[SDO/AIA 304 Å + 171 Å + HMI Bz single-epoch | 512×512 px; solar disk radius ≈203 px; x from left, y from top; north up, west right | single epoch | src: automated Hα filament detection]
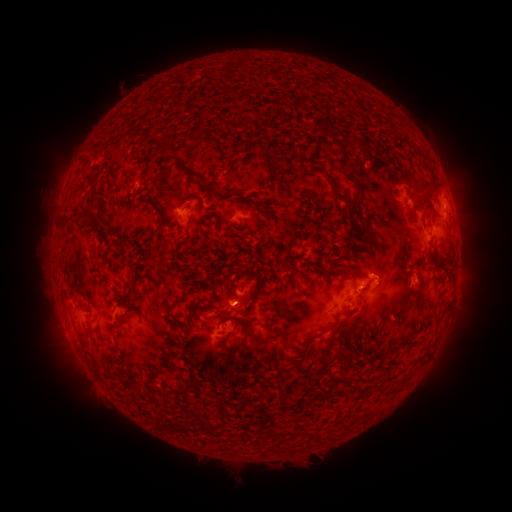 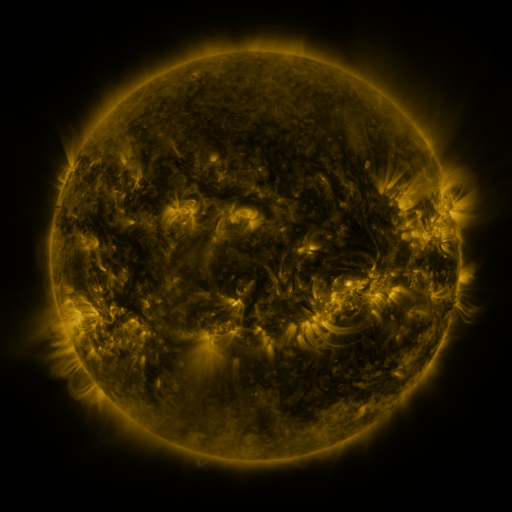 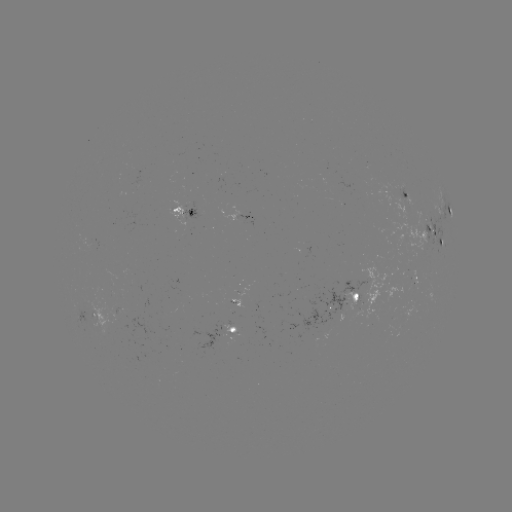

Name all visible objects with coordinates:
filament: [216, 118, 229, 128]
filament: [350, 134, 367, 157]
filament: [384, 152, 405, 167]
filament: [172, 158, 215, 194]
filament: [270, 173, 287, 192]
filament: [325, 173, 336, 186]
filament: [145, 174, 160, 185]
filament: [119, 178, 126, 191]
filament: [414, 178, 440, 192]
filament: [345, 195, 367, 226]
filament: [241, 197, 262, 207]
filament: [199, 231, 207, 242]
filament: [350, 239, 361, 250]
filament: [342, 253, 354, 260]
filament: [309, 262, 324, 272]
filament: [334, 263, 362, 278]
filament: [443, 264, 449, 274]
filament: [242, 267, 263, 281]
filament: [285, 273, 295, 286]
filament: [253, 279, 262, 299]
filament: [126, 296, 134, 308]
filament: [164, 303, 173, 320]
filament: [214, 305, 228, 318]
filament: [344, 306, 358, 315]
filament: [182, 309, 189, 319]
filament: [329, 313, 340, 329]
filament: [225, 320, 250, 355]
filament: [344, 350, 356, 365]
filament: [329, 353, 337, 362]
filament: [149, 362, 168, 383]
filament: [185, 381, 198, 395]
filament: [151, 395, 161, 405]
